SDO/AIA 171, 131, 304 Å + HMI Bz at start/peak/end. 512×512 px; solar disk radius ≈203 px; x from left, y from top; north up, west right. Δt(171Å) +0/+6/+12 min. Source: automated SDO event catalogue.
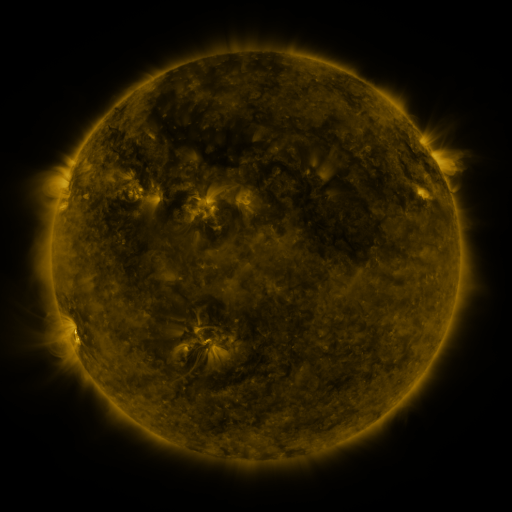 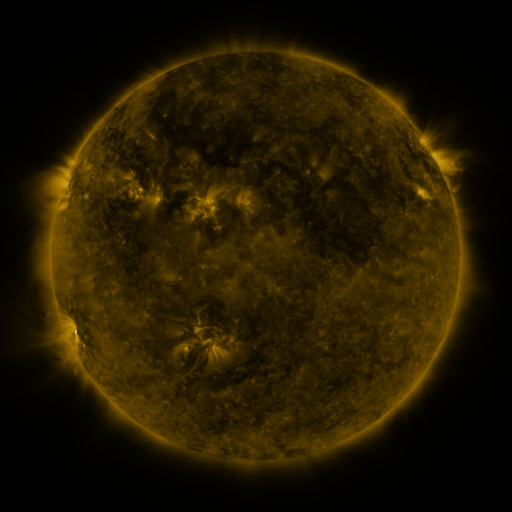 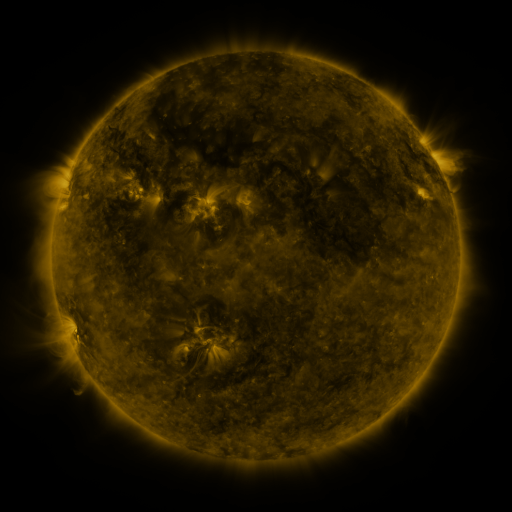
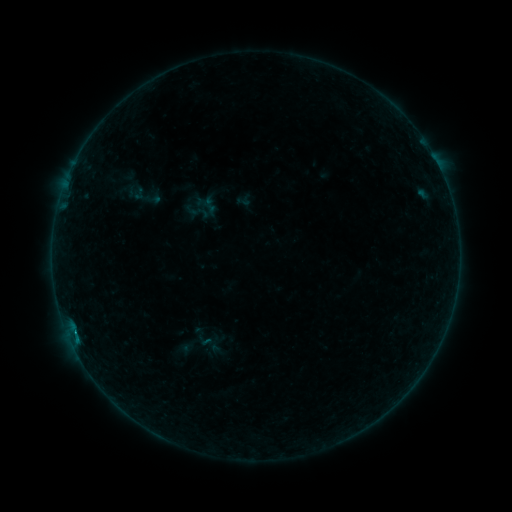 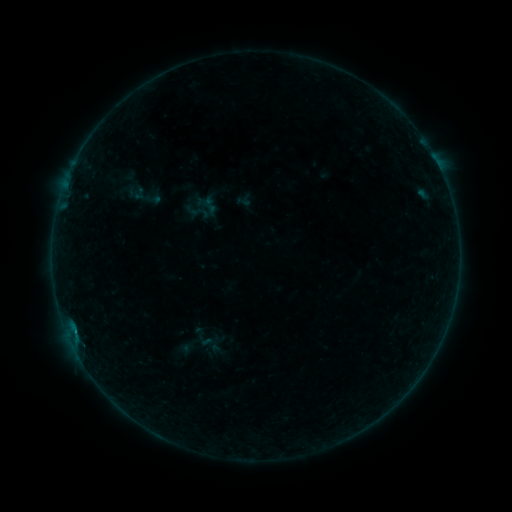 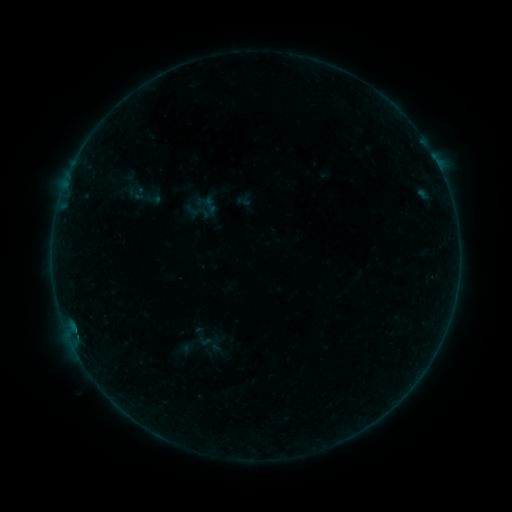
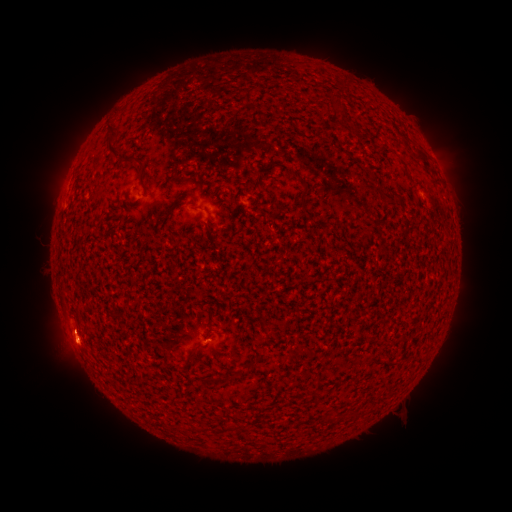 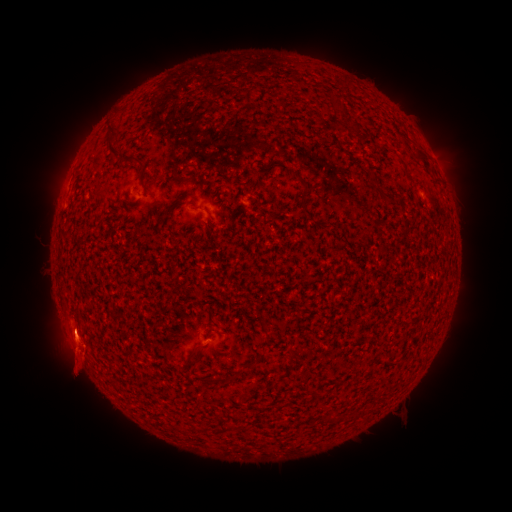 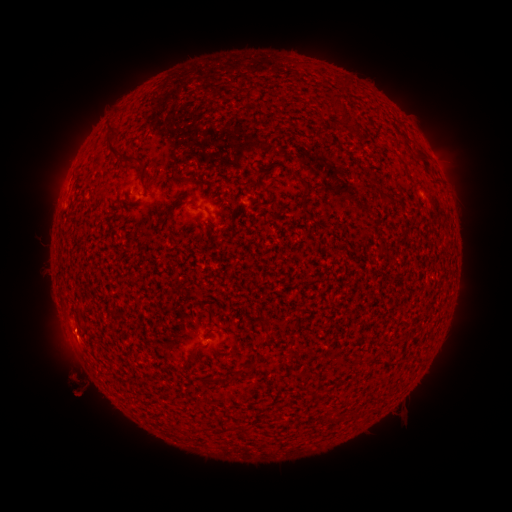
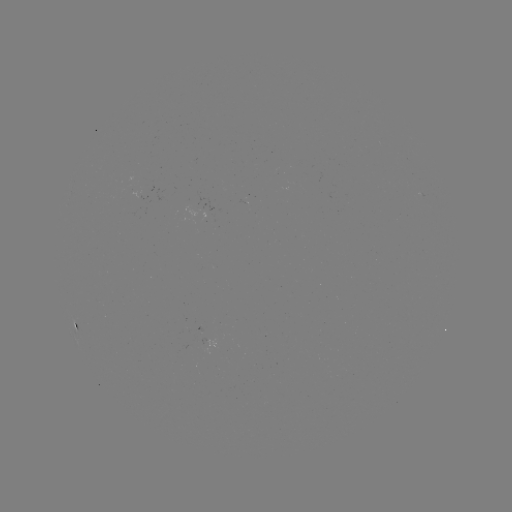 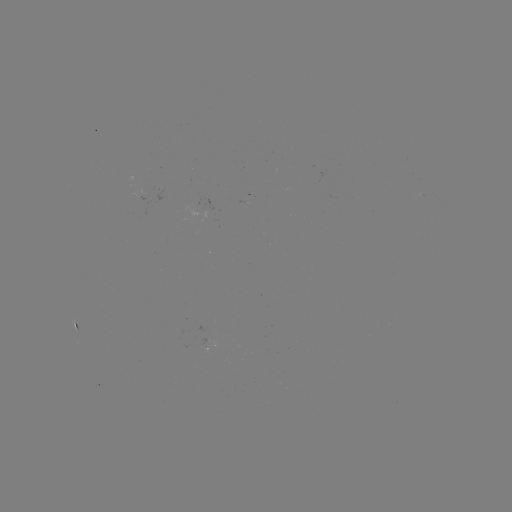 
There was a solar eruption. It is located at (121, 361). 